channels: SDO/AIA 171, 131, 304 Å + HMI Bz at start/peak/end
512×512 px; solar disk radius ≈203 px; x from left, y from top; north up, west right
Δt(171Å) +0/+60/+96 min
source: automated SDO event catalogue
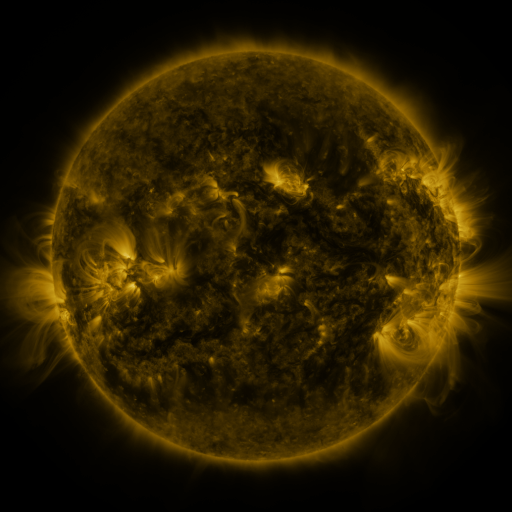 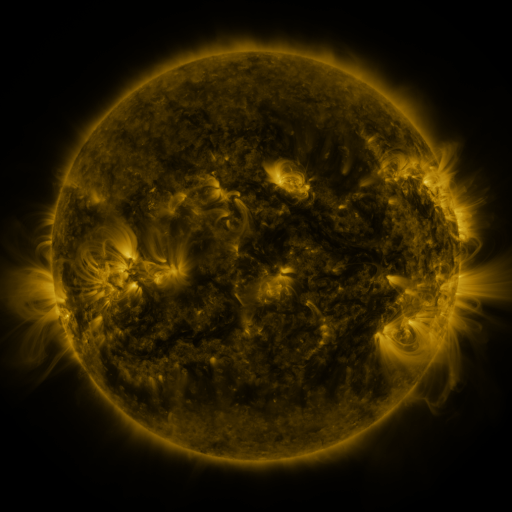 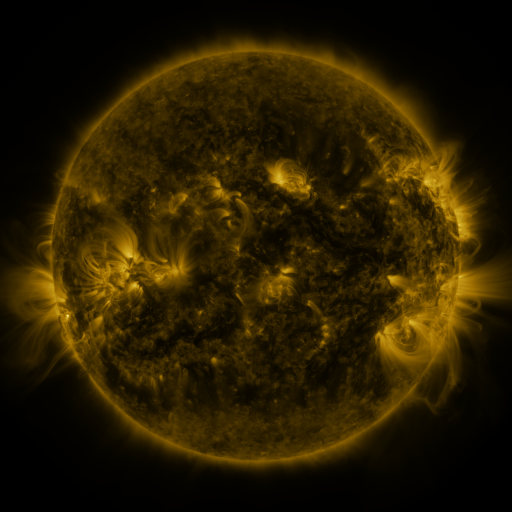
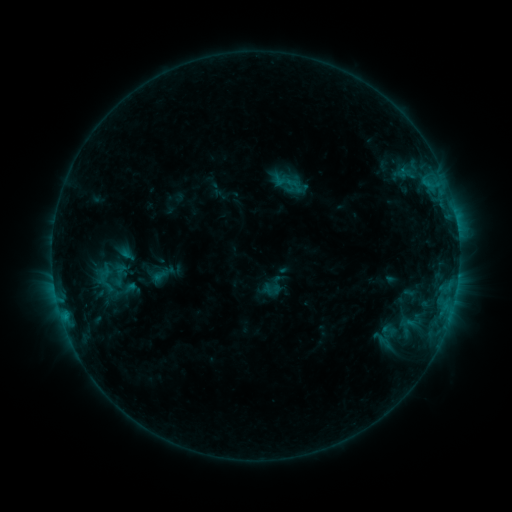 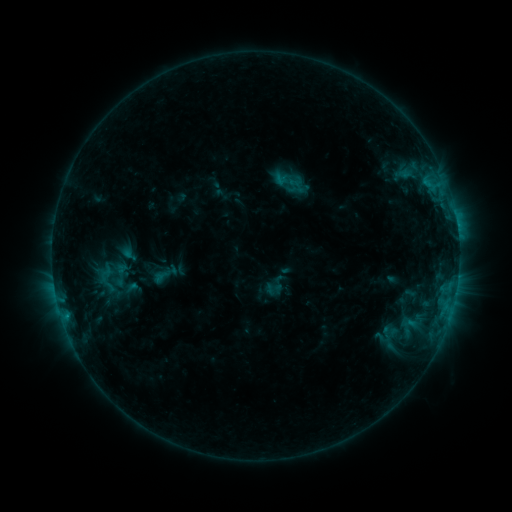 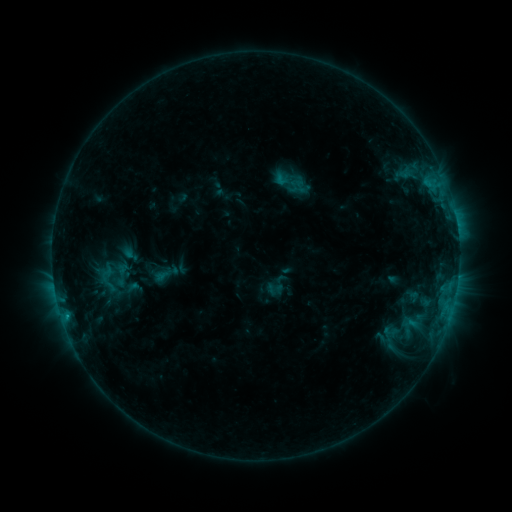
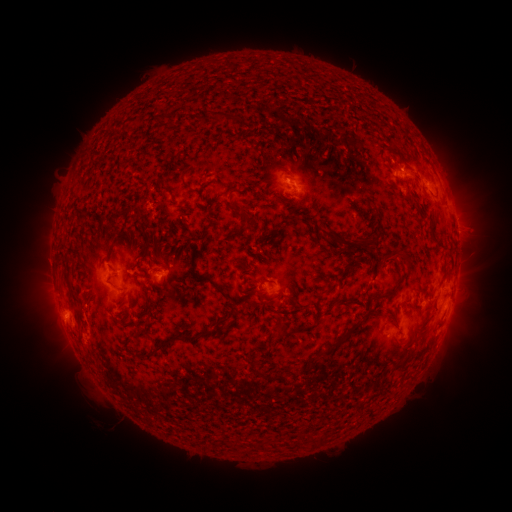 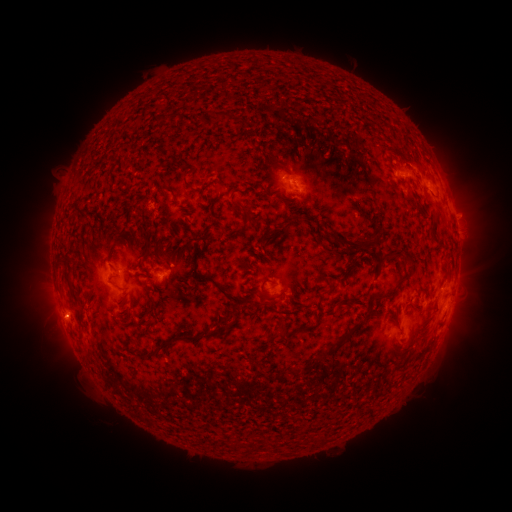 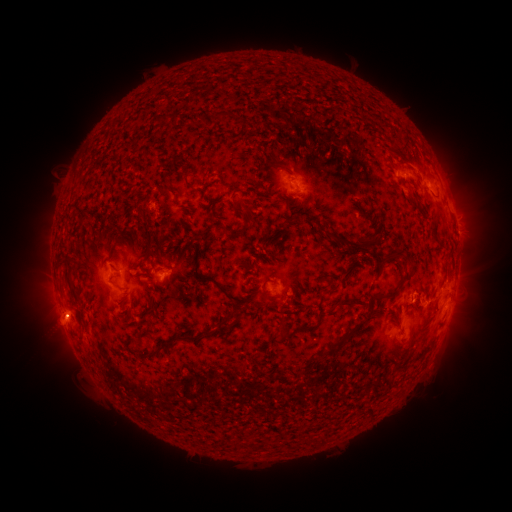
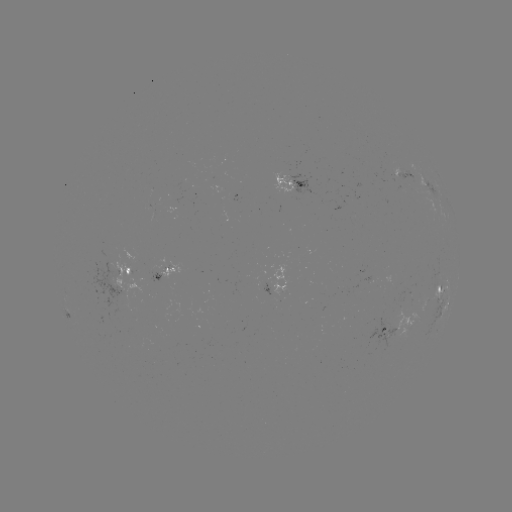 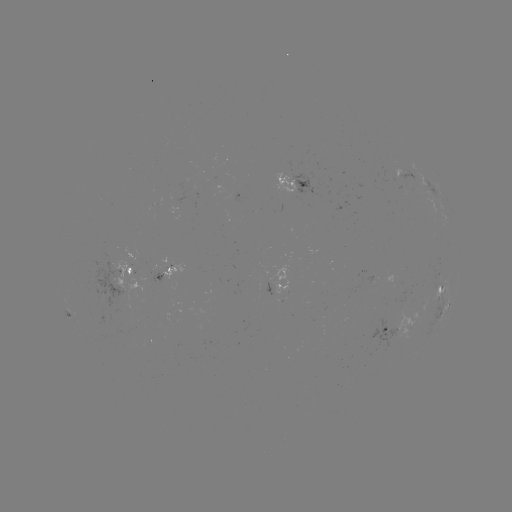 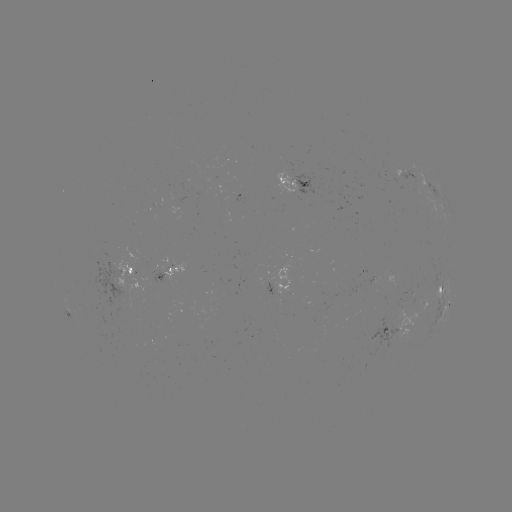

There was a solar emerging-flux region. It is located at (392, 170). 